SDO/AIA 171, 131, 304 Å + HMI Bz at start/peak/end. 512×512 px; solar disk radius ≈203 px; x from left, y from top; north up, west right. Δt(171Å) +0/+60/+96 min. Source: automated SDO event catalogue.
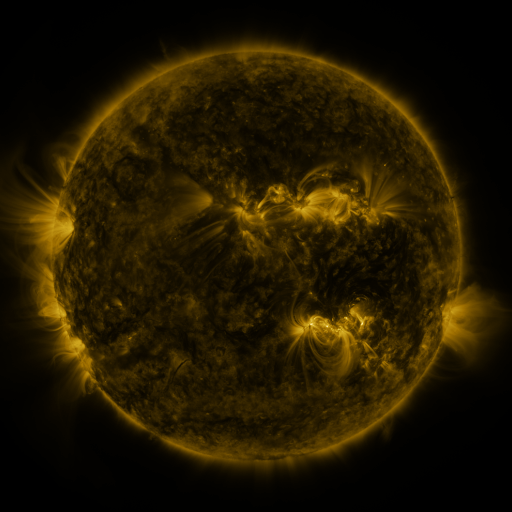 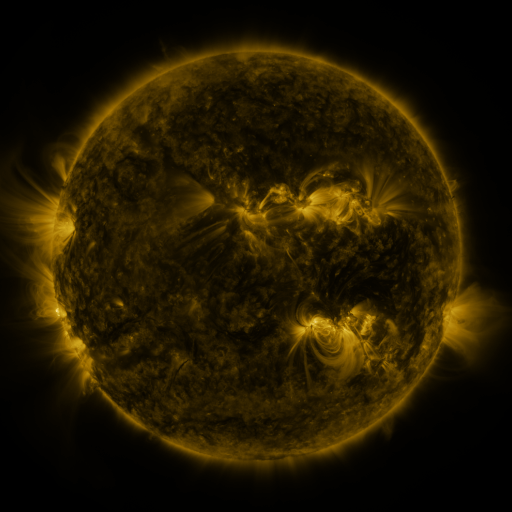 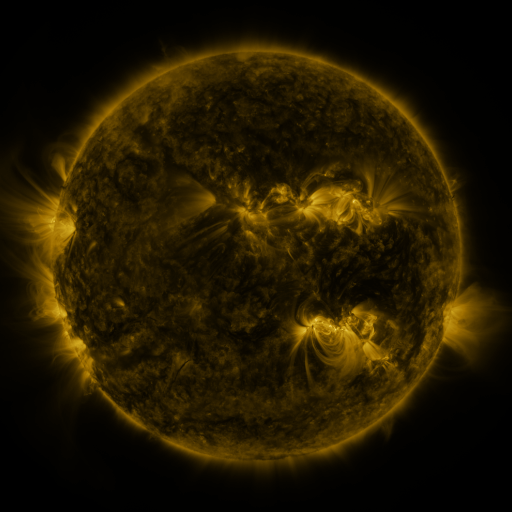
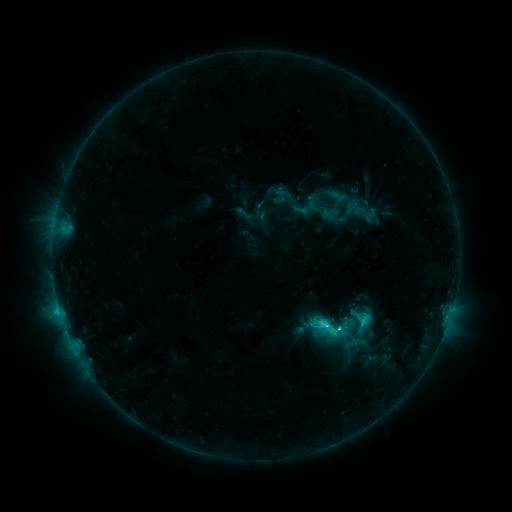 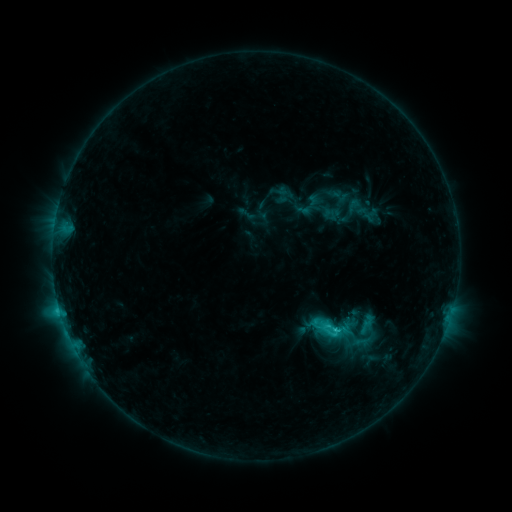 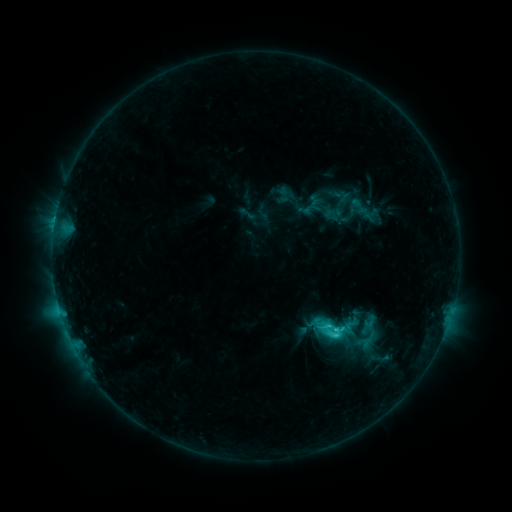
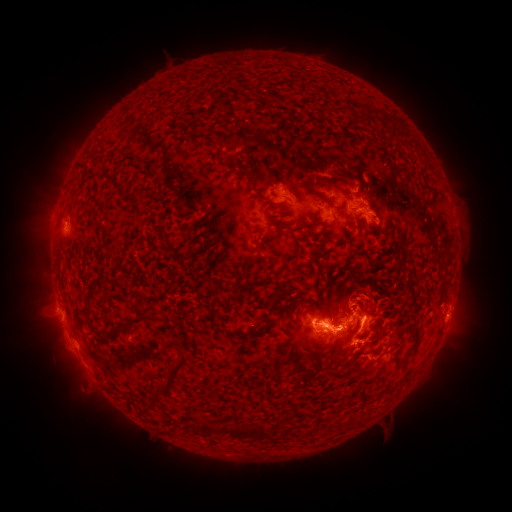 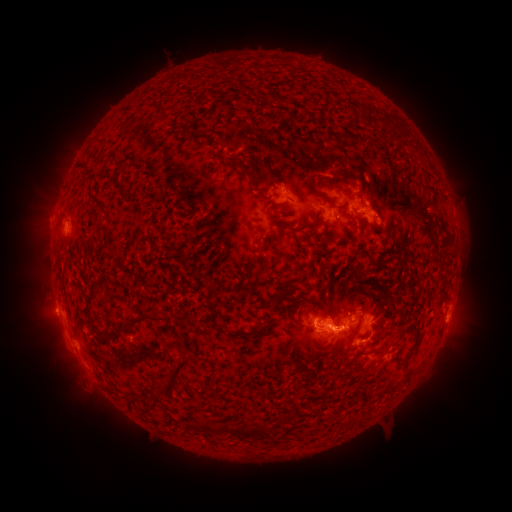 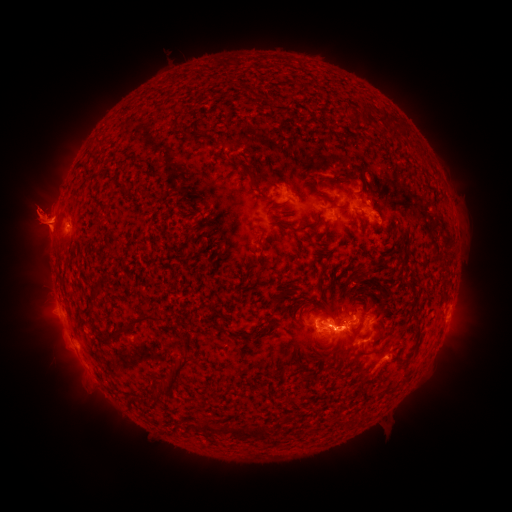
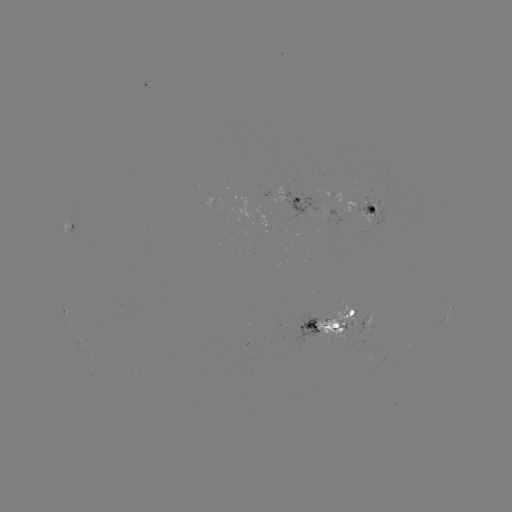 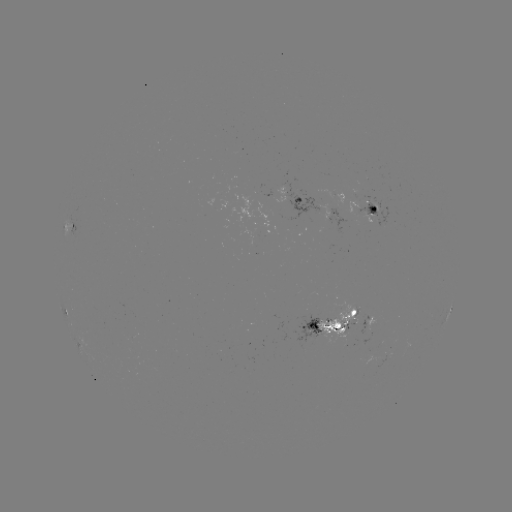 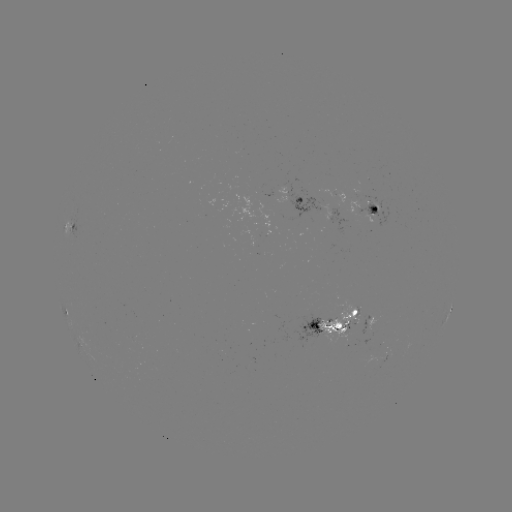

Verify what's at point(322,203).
emerging-flux region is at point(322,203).